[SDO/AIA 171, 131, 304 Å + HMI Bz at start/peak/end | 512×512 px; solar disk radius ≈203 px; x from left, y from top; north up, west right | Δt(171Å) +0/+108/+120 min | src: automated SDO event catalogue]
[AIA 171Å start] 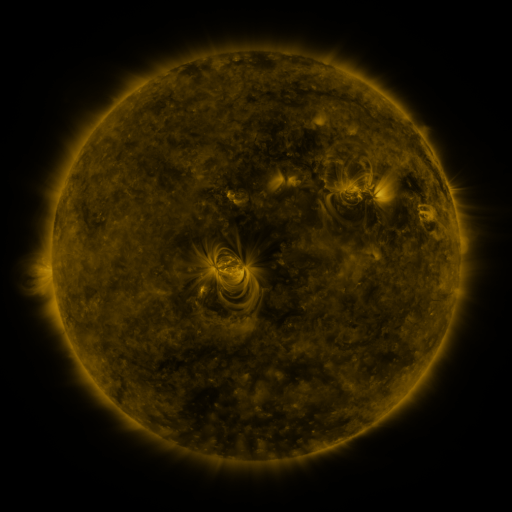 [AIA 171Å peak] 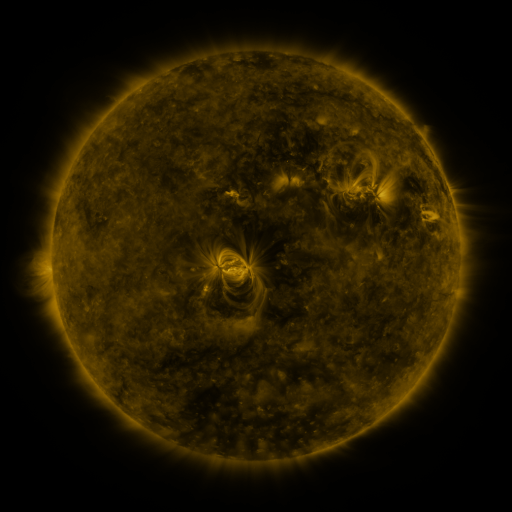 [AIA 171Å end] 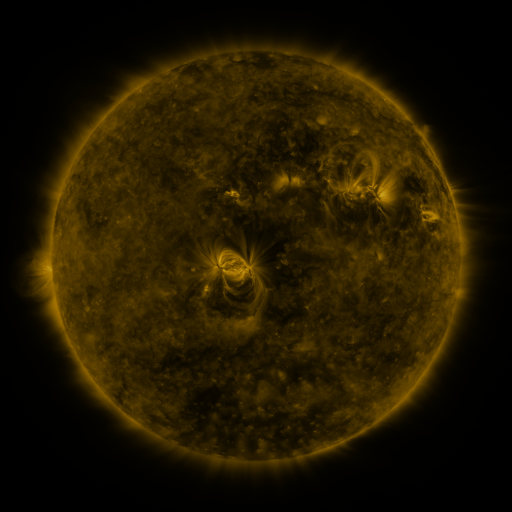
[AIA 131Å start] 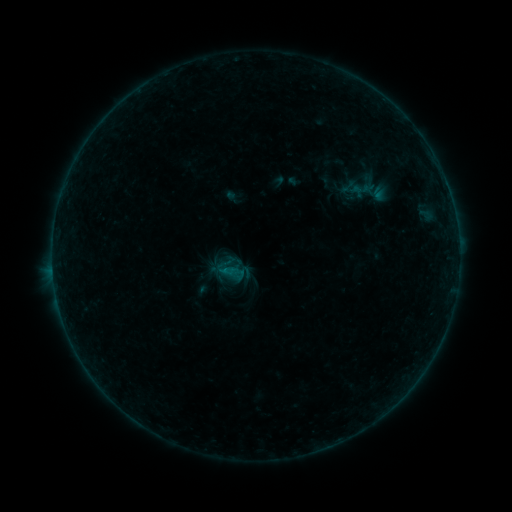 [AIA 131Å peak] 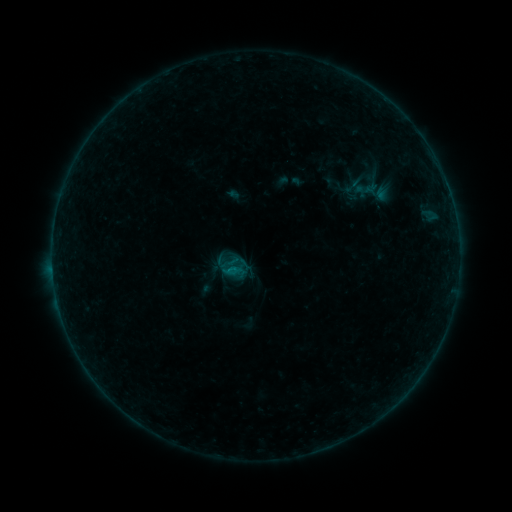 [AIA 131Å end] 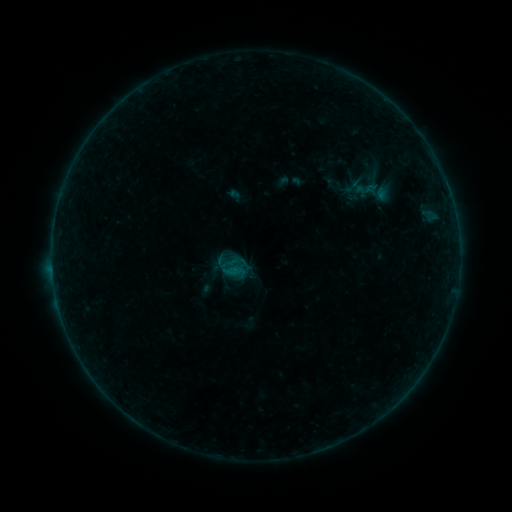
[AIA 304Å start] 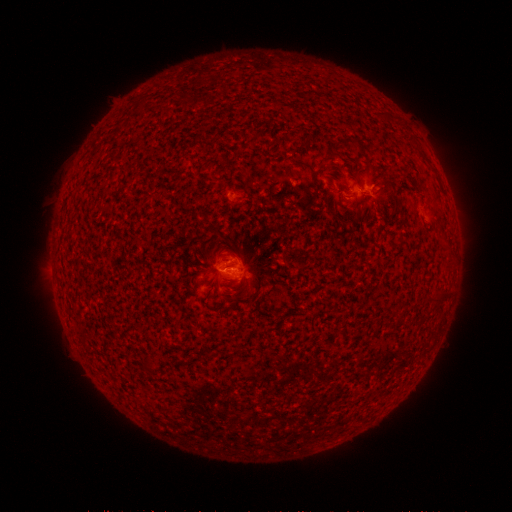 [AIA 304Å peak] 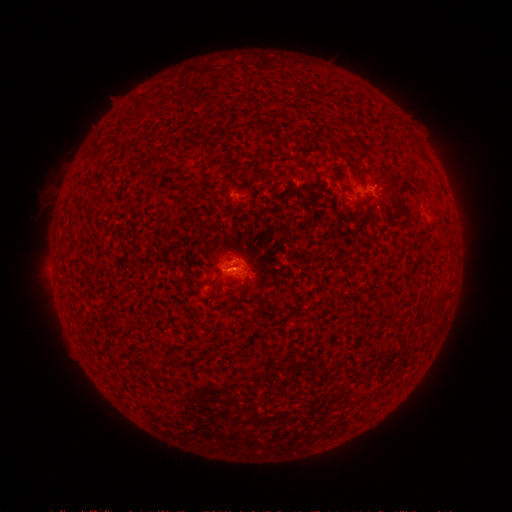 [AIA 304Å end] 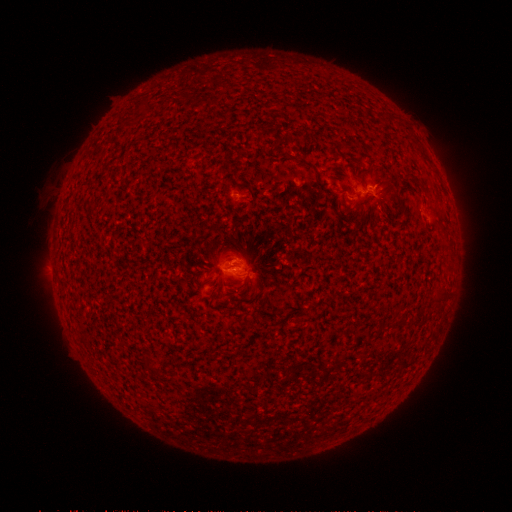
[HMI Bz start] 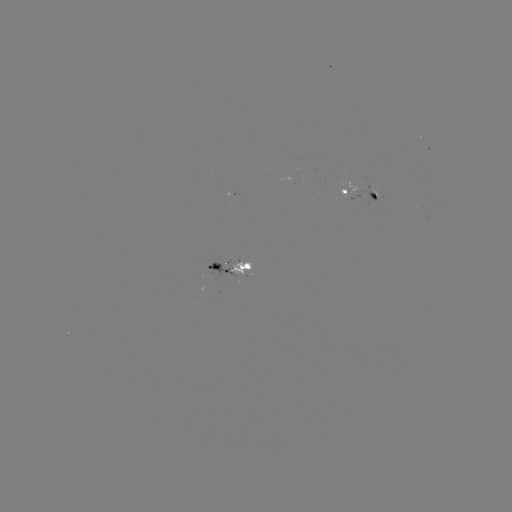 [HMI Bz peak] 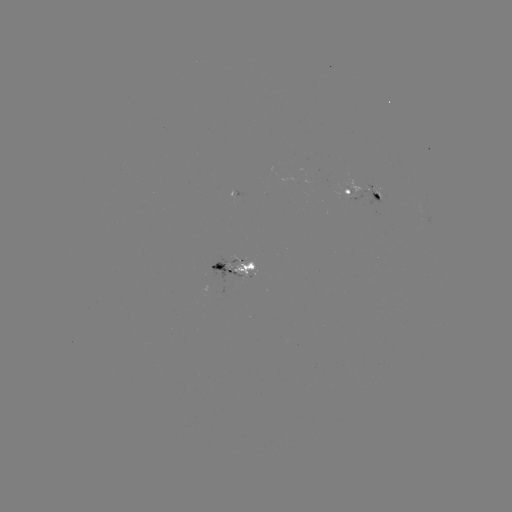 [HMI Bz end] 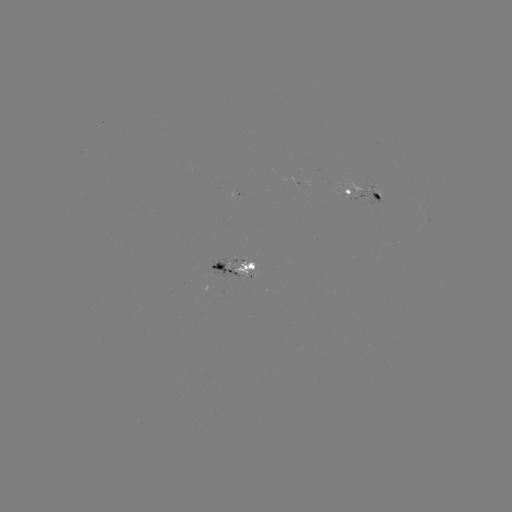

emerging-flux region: [204, 257, 243, 281]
